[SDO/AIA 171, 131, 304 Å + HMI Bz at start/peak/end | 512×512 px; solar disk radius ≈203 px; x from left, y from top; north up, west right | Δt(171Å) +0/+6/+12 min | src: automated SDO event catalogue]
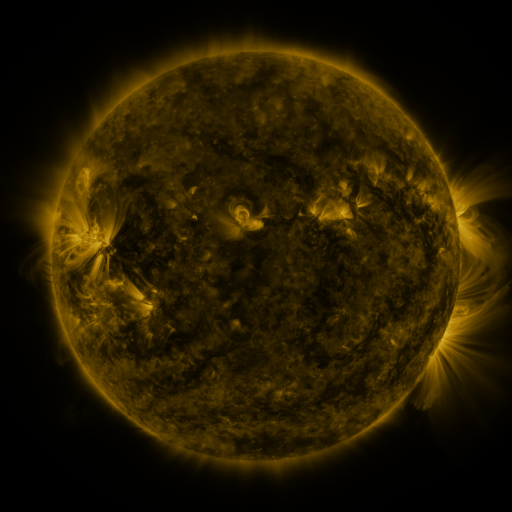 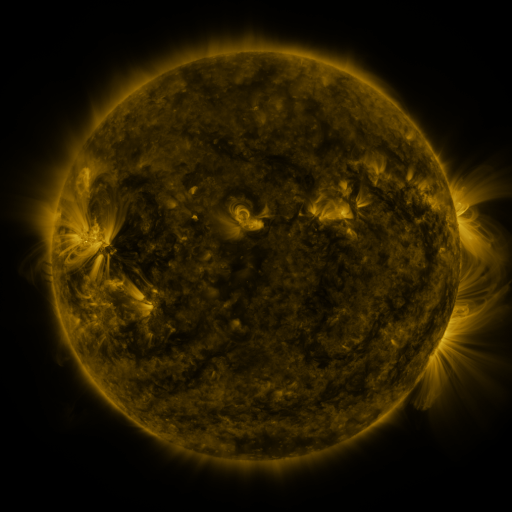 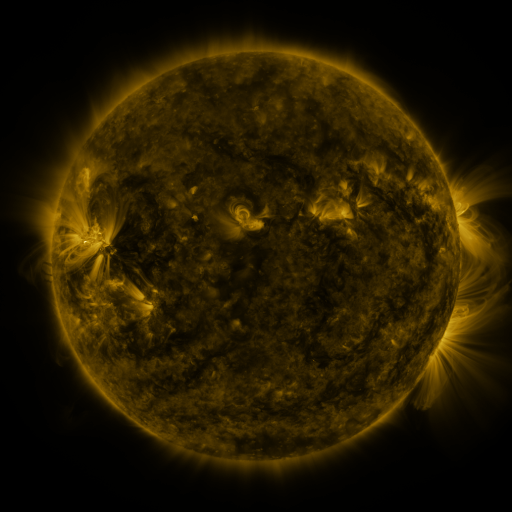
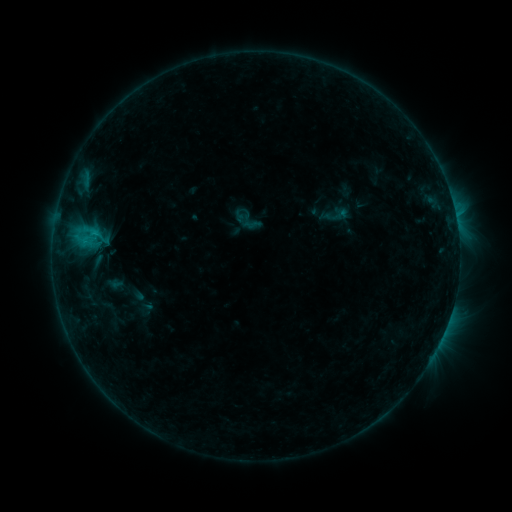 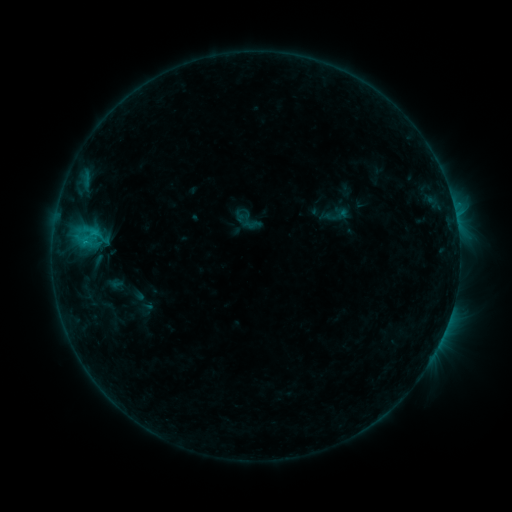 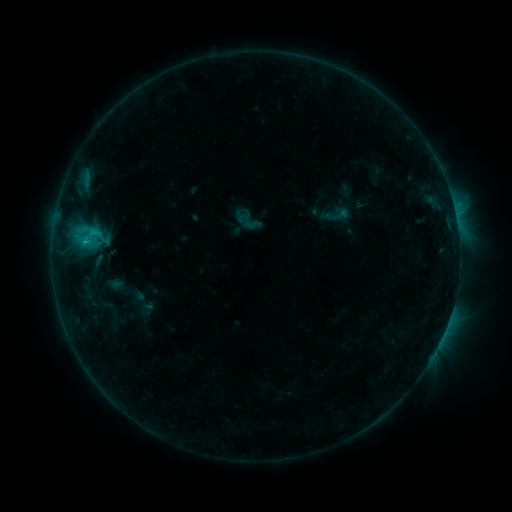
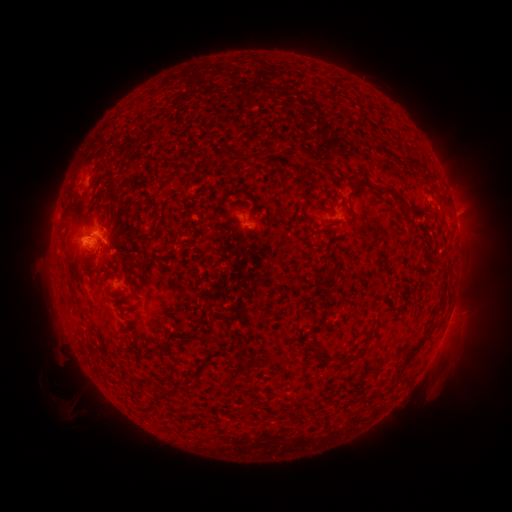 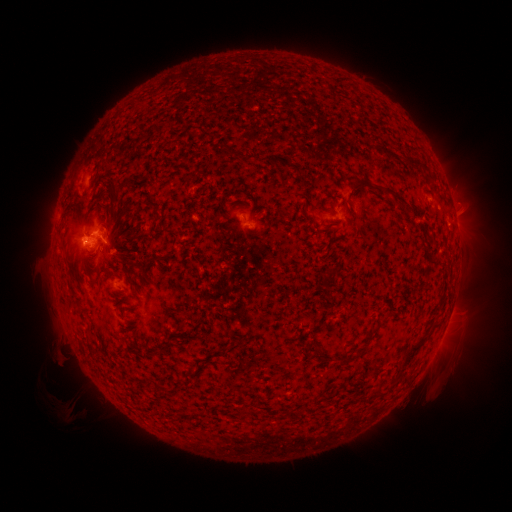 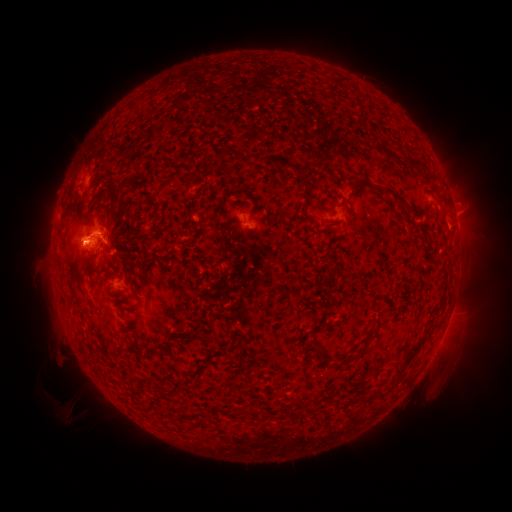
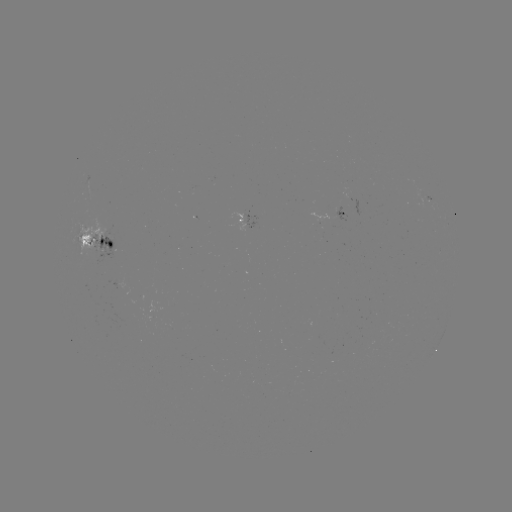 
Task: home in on C1.7 flare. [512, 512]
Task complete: (88, 243).